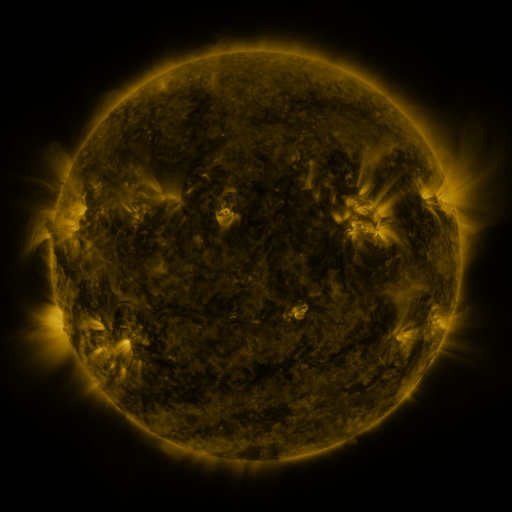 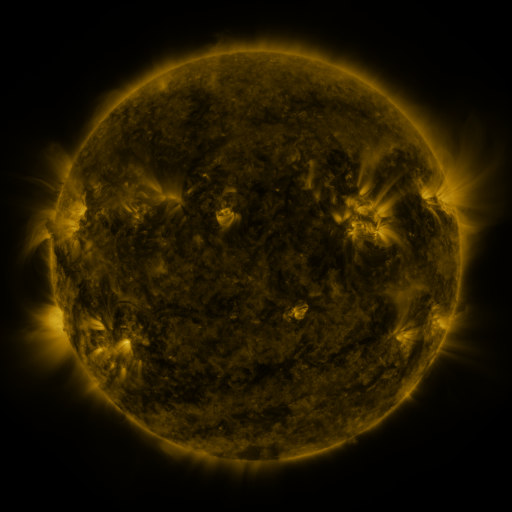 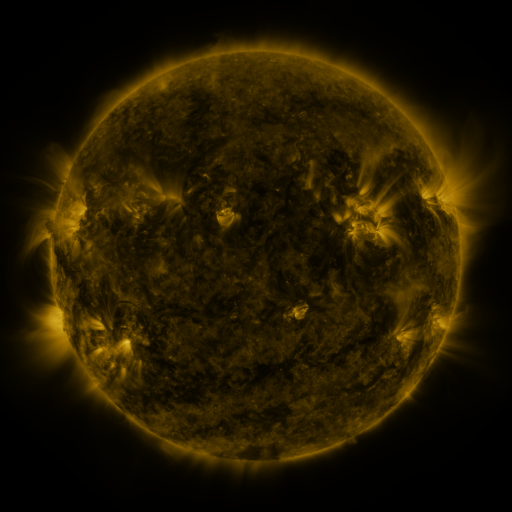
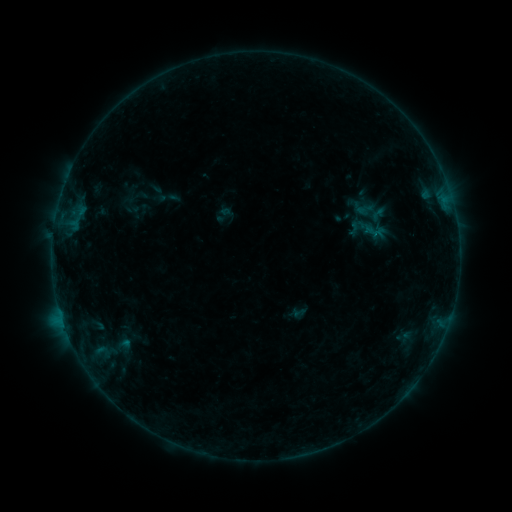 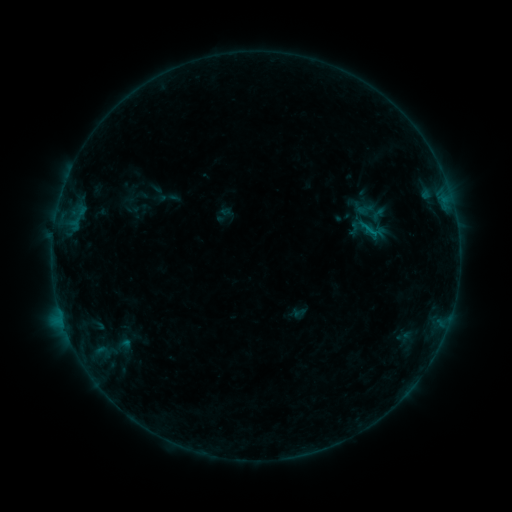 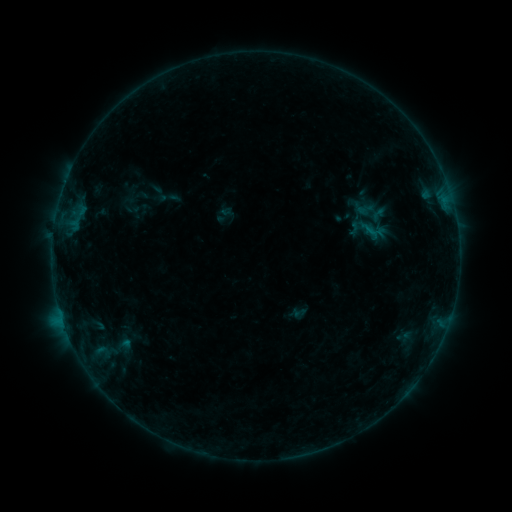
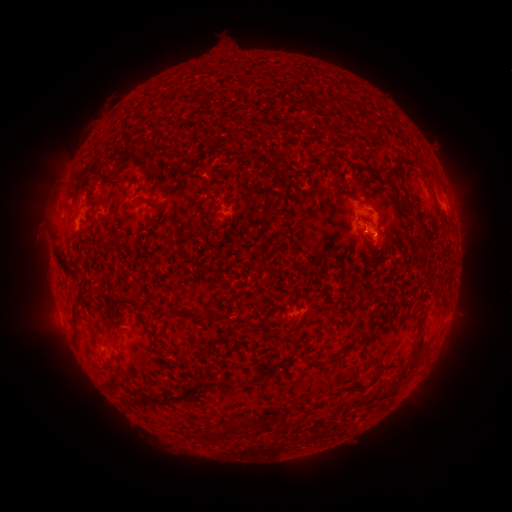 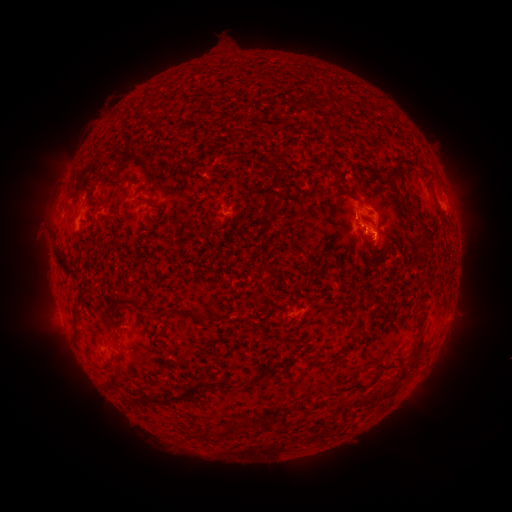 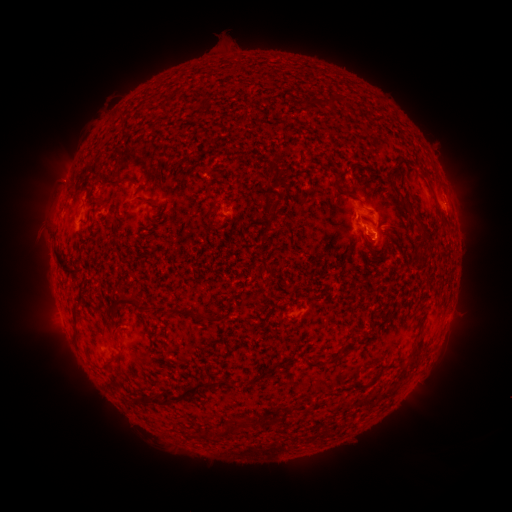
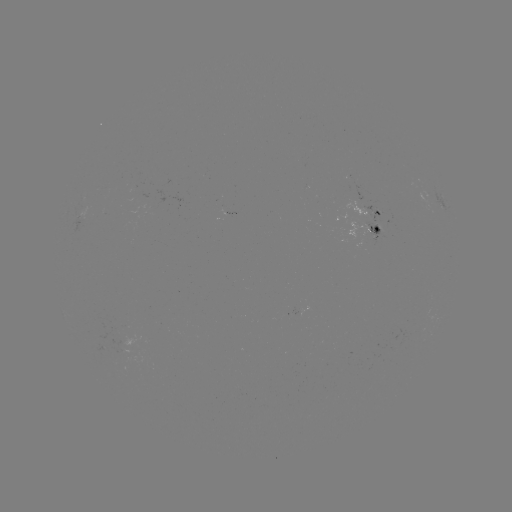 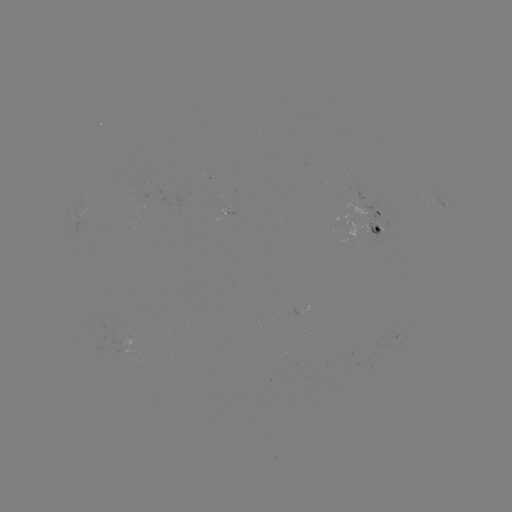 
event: flare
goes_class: B3.3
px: (372, 235)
